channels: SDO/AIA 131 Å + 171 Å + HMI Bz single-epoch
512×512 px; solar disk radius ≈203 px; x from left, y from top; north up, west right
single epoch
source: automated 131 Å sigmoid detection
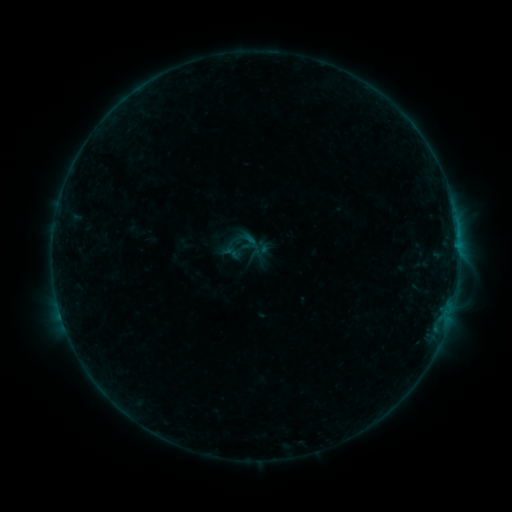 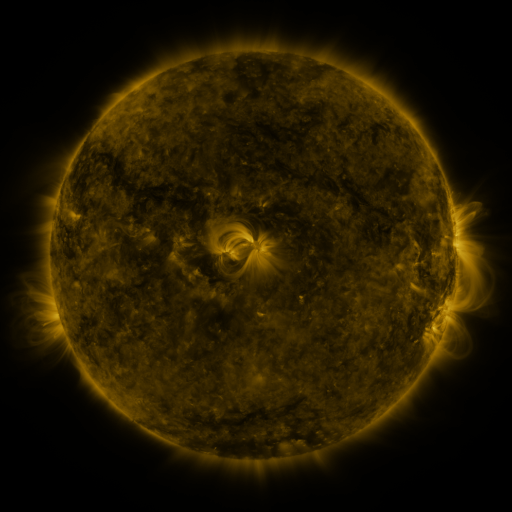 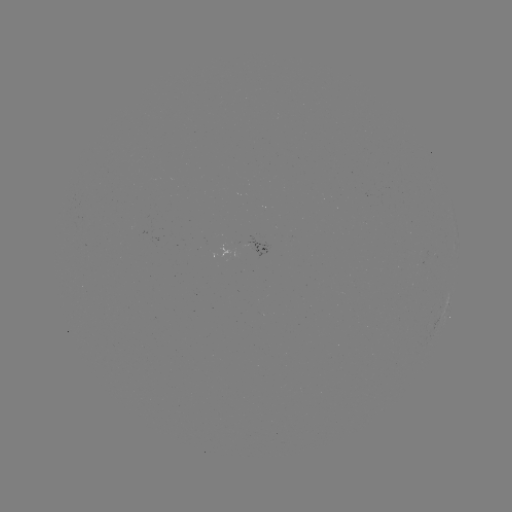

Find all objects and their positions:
sigmoid: (253, 243)
sigmoid: (230, 252)
